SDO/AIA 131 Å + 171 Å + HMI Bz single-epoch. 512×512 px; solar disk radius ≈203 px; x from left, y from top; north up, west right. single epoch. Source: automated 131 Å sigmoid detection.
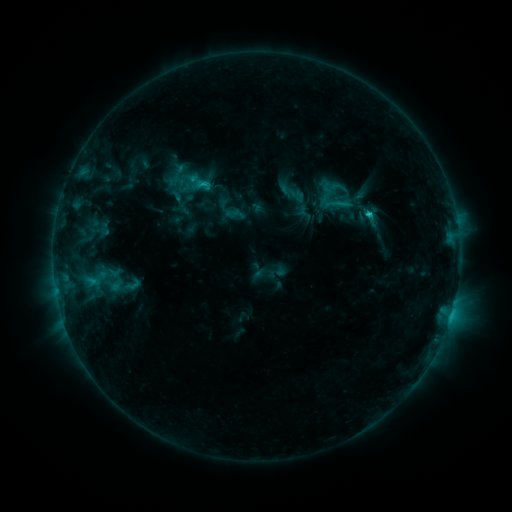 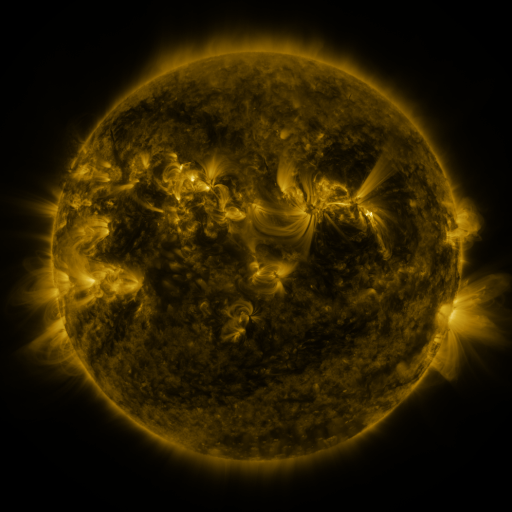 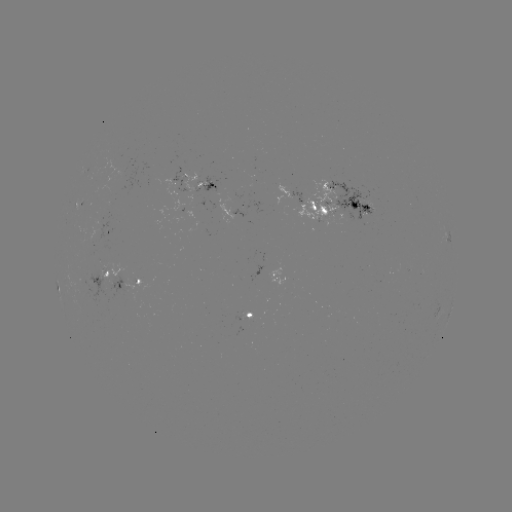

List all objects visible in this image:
sigmoid: <bbox>317, 187, 352, 219</bbox>
sigmoid: <bbox>123, 276, 144, 293</bbox>
